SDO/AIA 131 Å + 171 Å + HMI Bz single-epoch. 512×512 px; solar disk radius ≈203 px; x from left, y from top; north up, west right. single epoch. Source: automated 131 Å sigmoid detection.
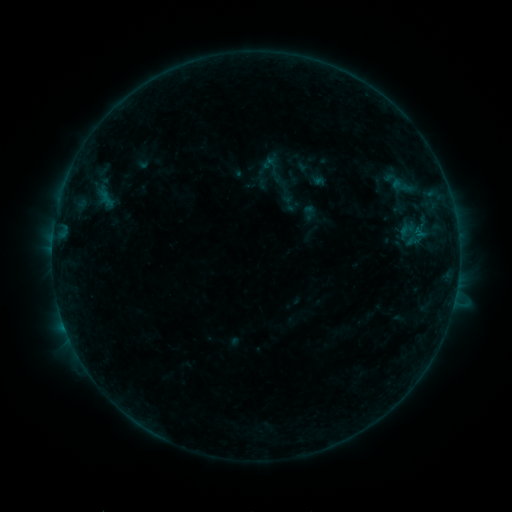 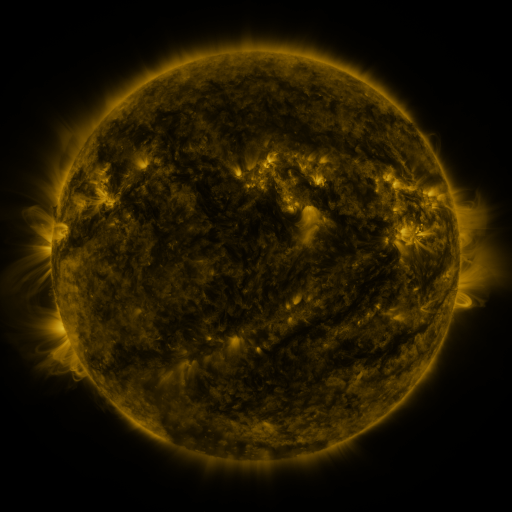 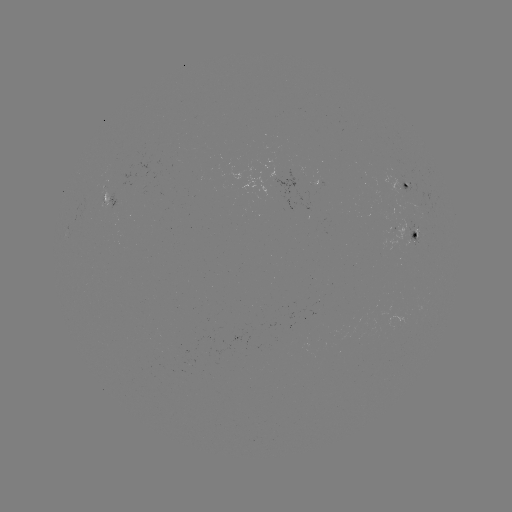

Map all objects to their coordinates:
sigmoid: (274, 168)
sigmoid: (289, 203)
